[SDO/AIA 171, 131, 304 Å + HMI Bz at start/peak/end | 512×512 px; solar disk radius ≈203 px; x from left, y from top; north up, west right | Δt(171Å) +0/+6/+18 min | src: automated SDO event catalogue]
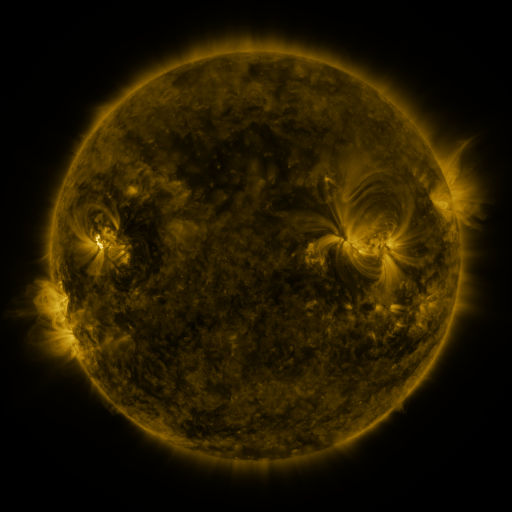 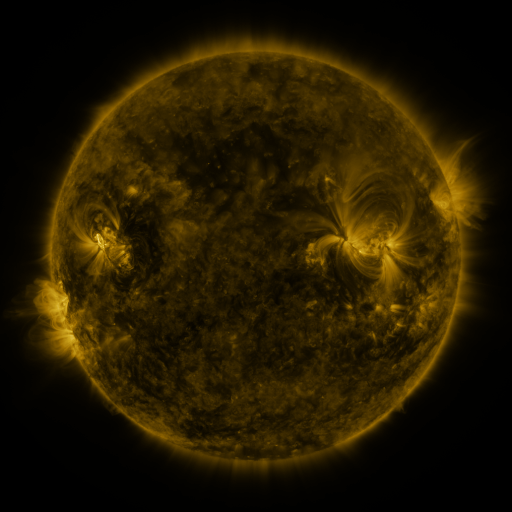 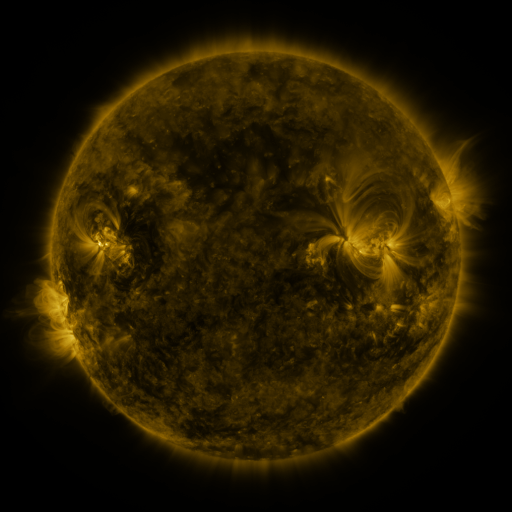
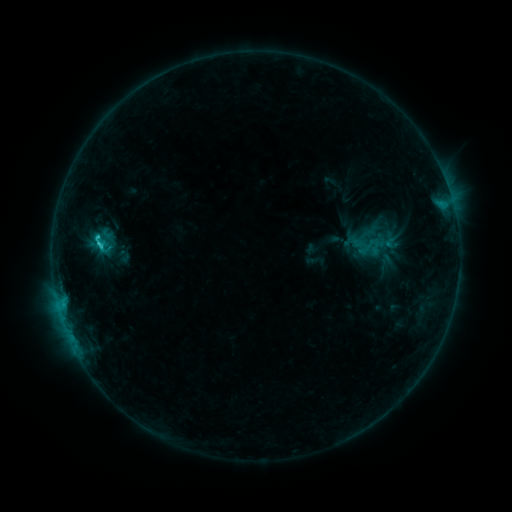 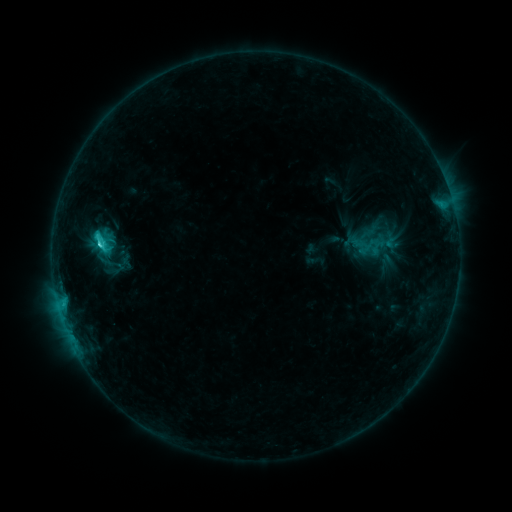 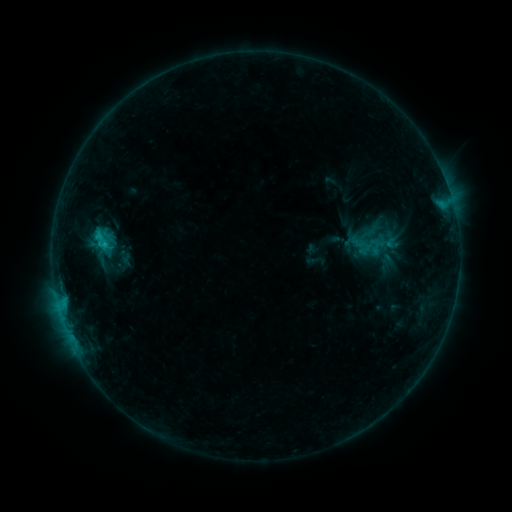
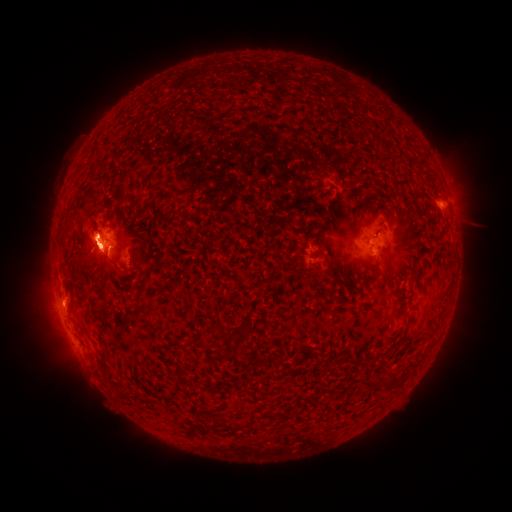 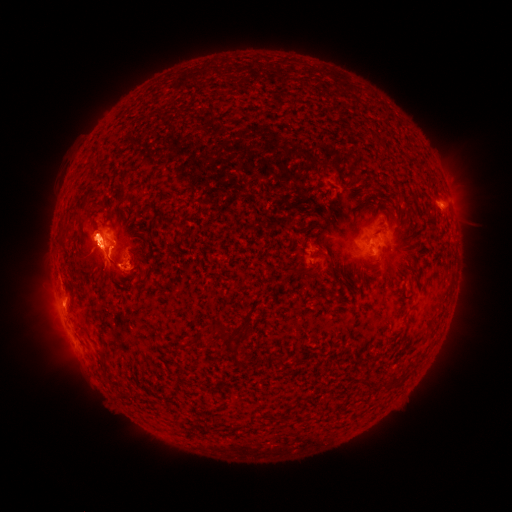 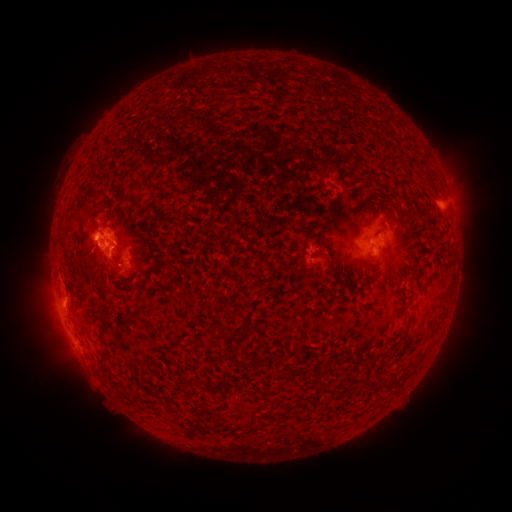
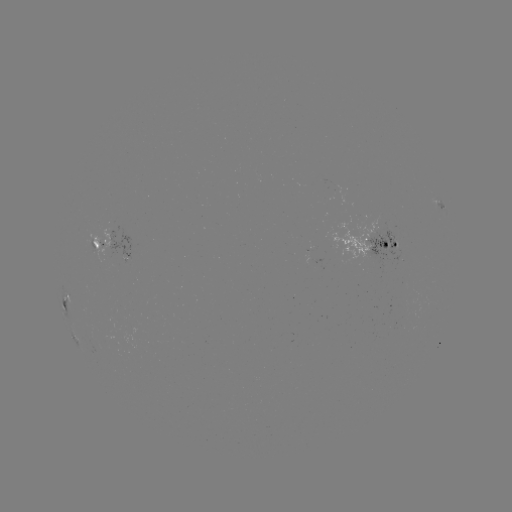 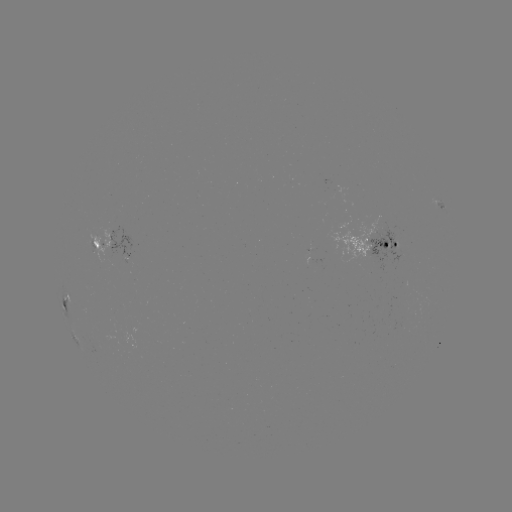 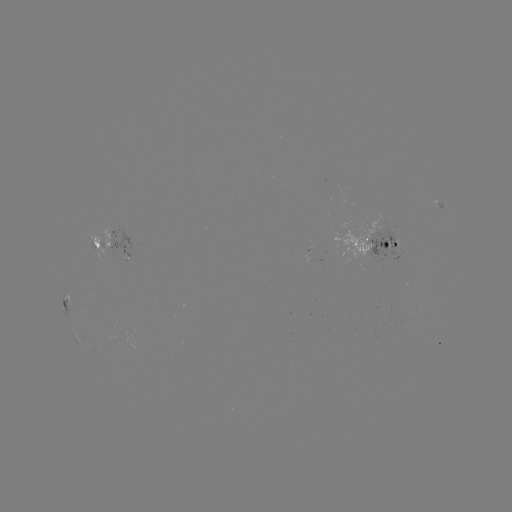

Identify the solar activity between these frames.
eruption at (104, 256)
